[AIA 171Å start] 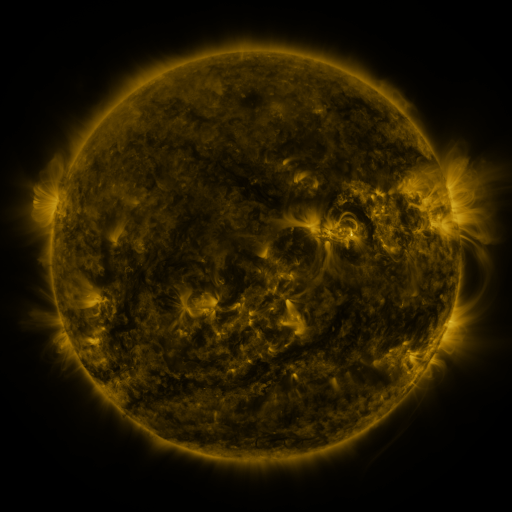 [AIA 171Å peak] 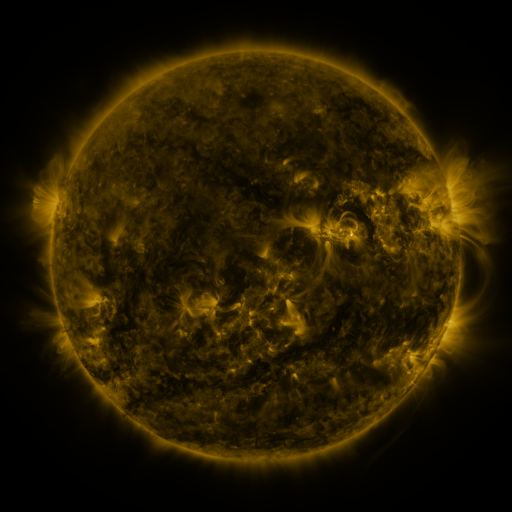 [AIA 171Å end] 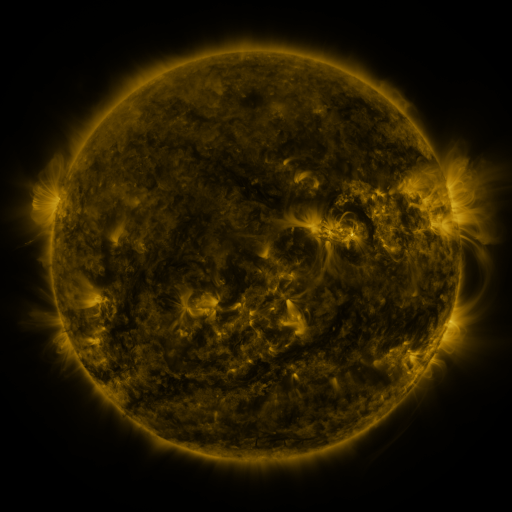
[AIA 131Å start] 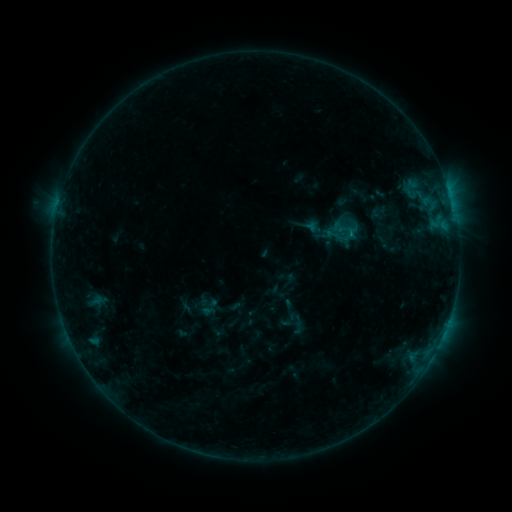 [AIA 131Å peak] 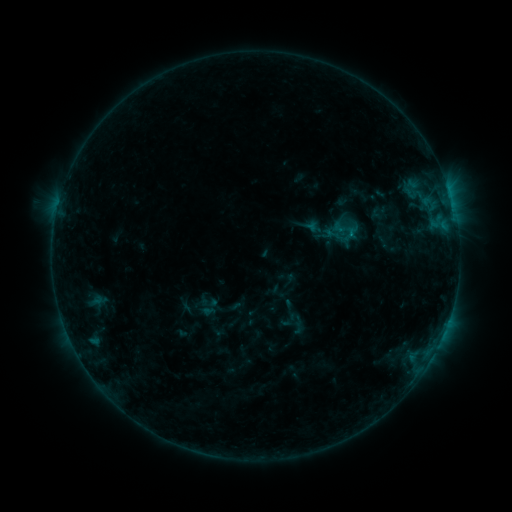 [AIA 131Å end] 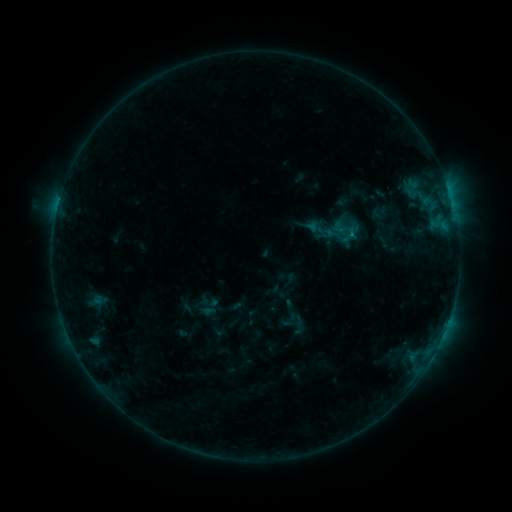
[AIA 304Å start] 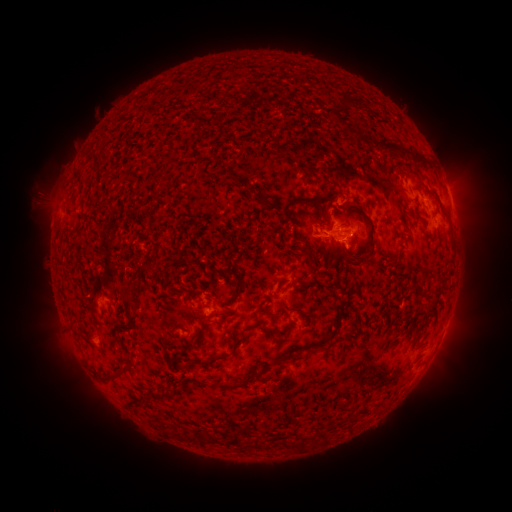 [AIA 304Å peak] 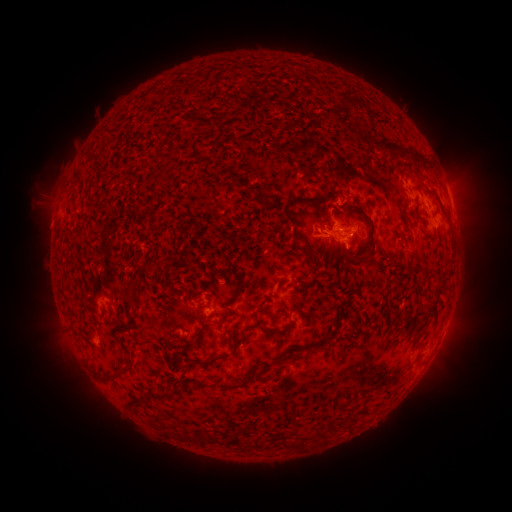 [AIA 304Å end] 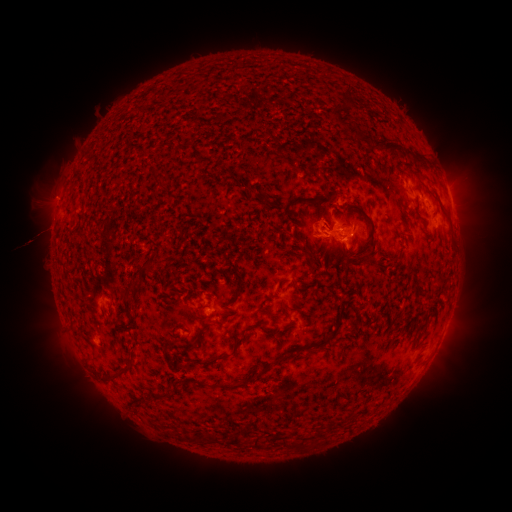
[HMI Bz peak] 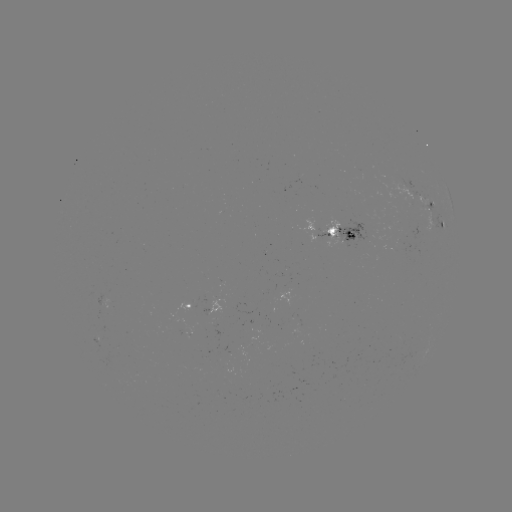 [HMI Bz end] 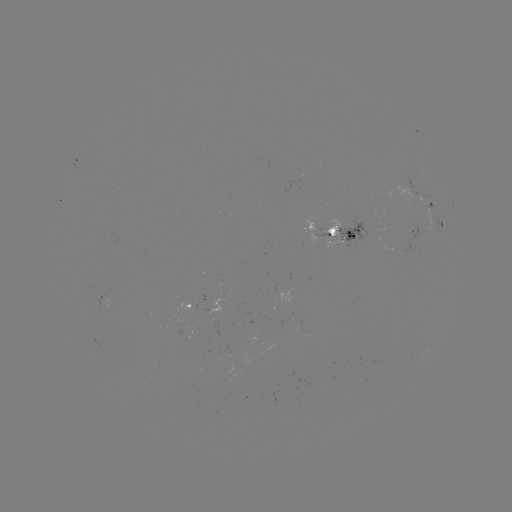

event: flare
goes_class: B8.1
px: (58, 210)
